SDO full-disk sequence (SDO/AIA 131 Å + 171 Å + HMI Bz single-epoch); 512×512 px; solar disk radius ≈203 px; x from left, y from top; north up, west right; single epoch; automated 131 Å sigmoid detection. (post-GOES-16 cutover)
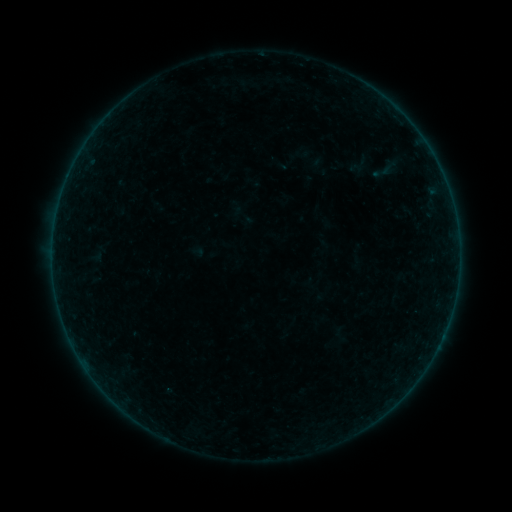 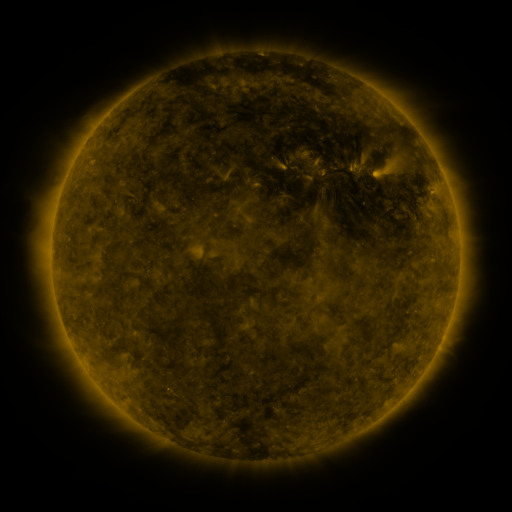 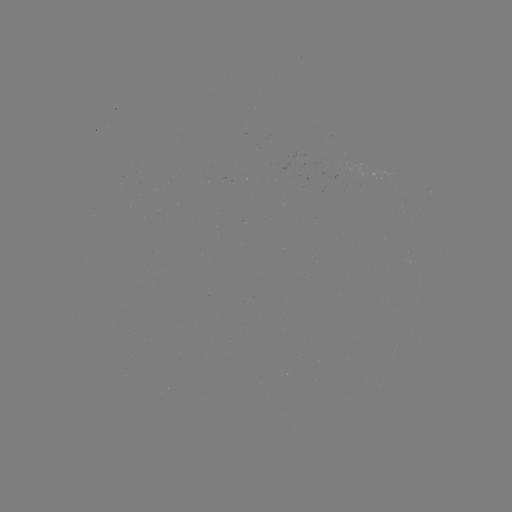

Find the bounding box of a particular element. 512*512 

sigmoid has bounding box [364, 161, 401, 183].